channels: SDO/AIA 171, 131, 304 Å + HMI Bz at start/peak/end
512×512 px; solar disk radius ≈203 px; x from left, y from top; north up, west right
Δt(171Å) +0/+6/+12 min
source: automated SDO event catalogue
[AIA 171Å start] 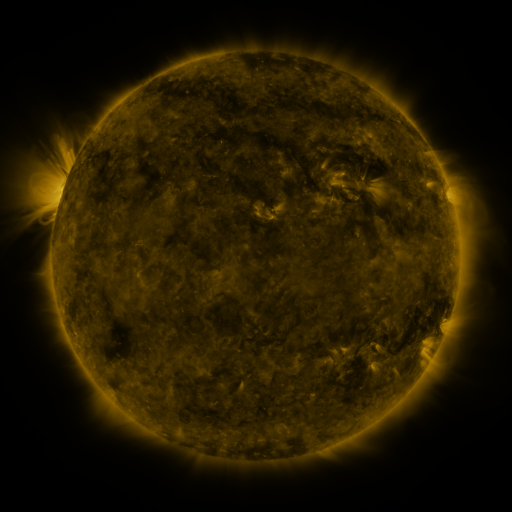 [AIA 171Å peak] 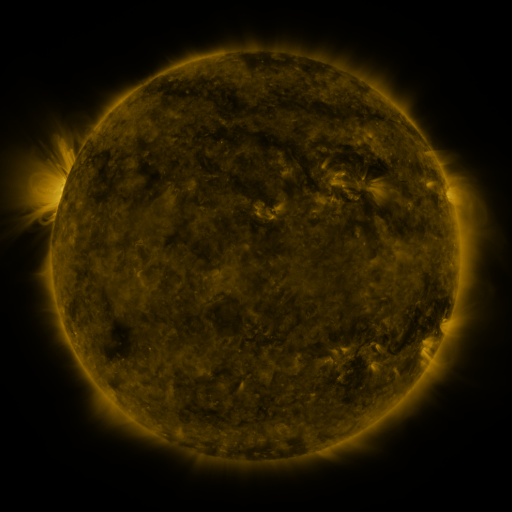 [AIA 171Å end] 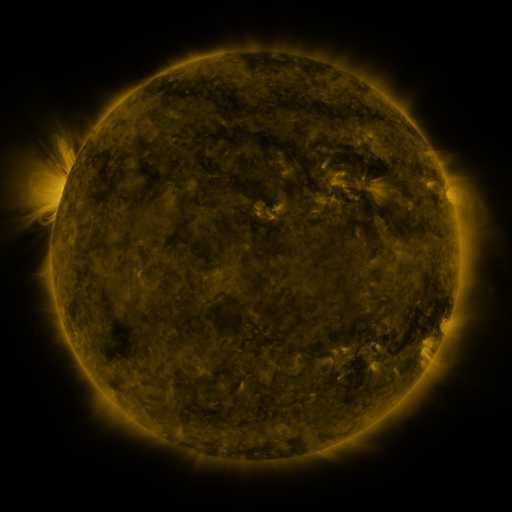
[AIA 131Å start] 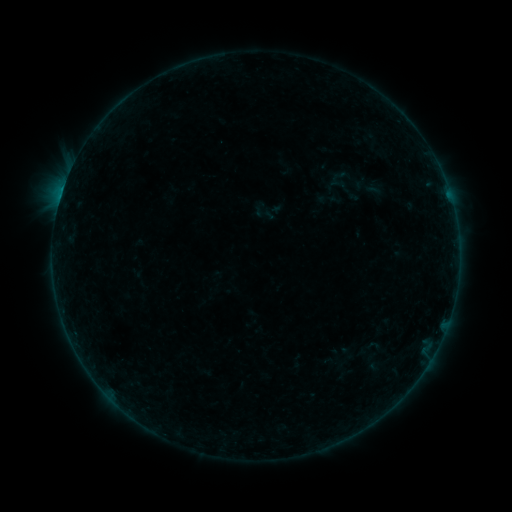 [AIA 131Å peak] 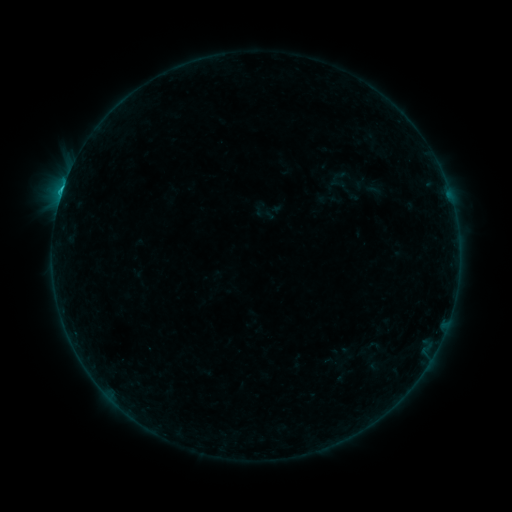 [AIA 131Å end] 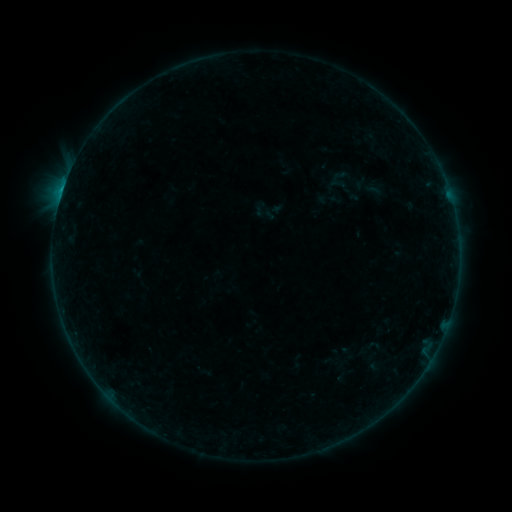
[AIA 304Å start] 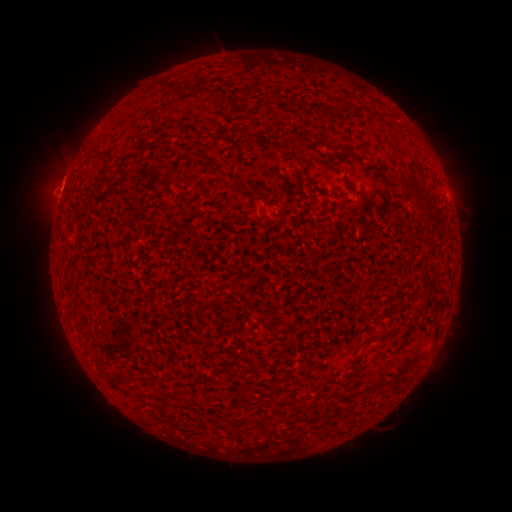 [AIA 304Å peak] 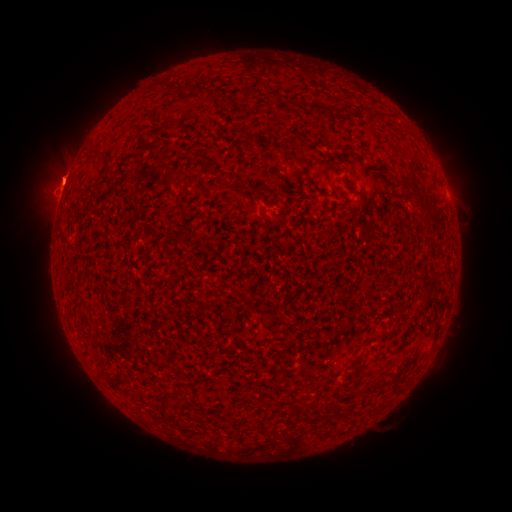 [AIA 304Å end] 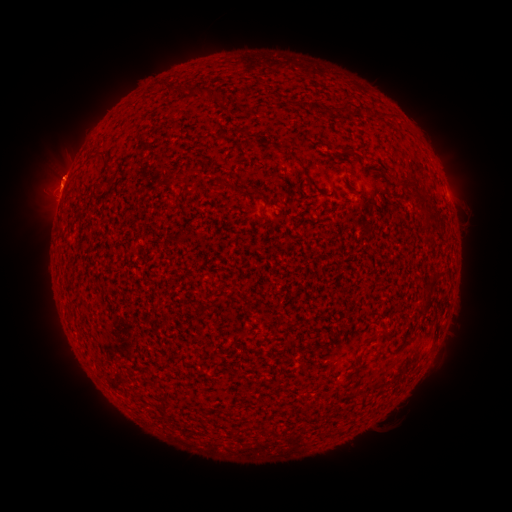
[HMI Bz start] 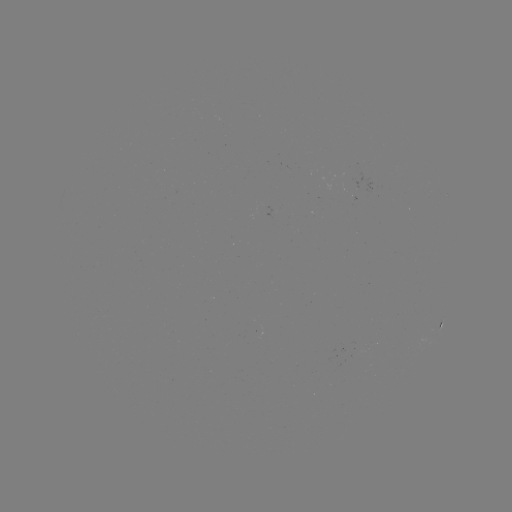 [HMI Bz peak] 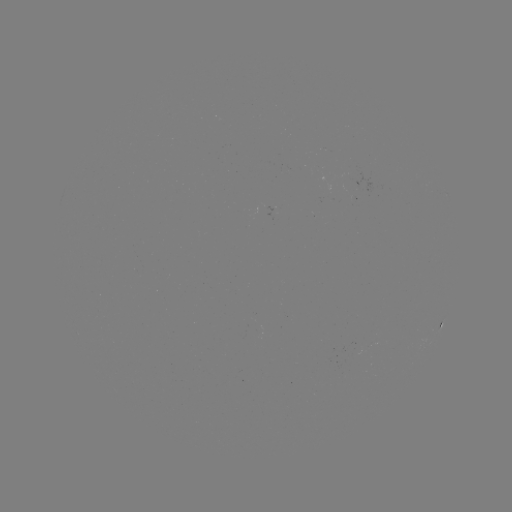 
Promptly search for B6.3 flare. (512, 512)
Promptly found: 63,190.